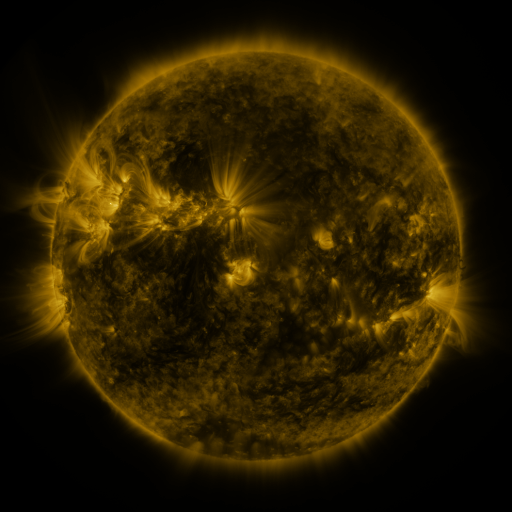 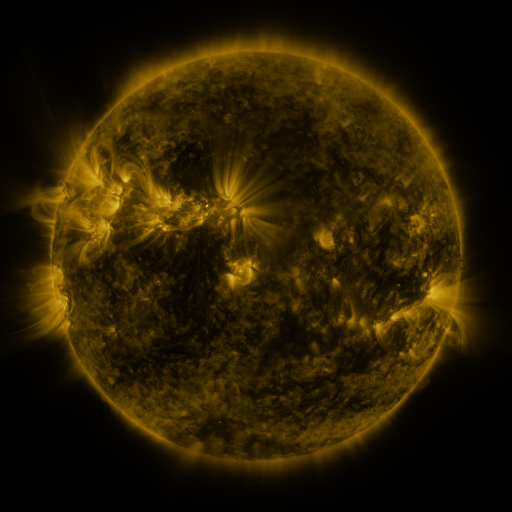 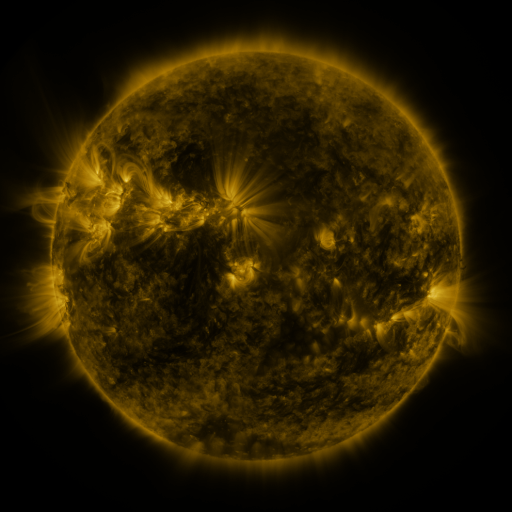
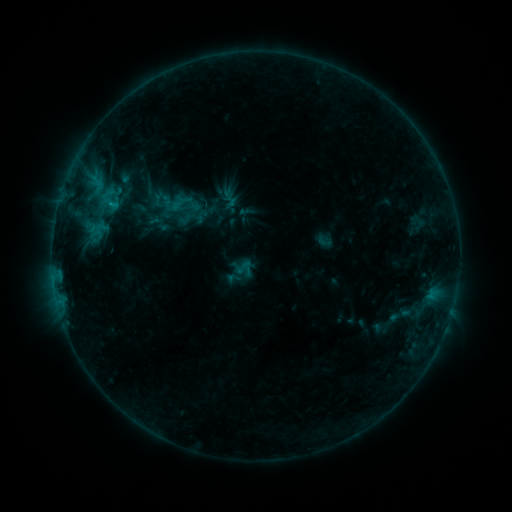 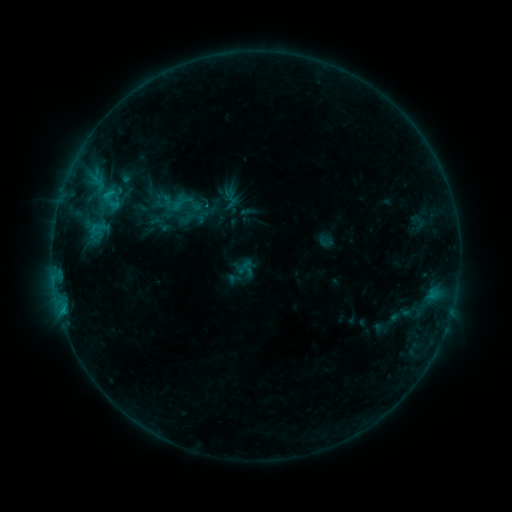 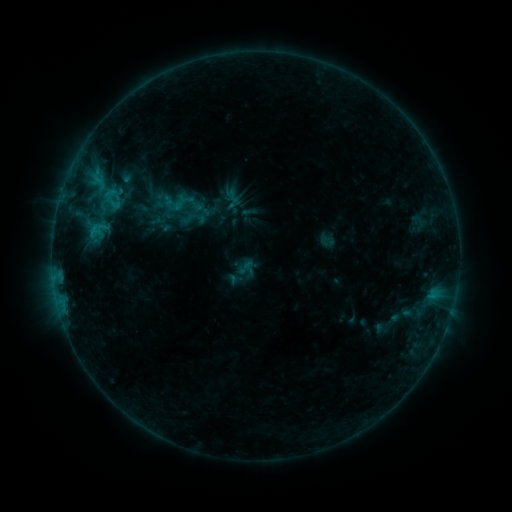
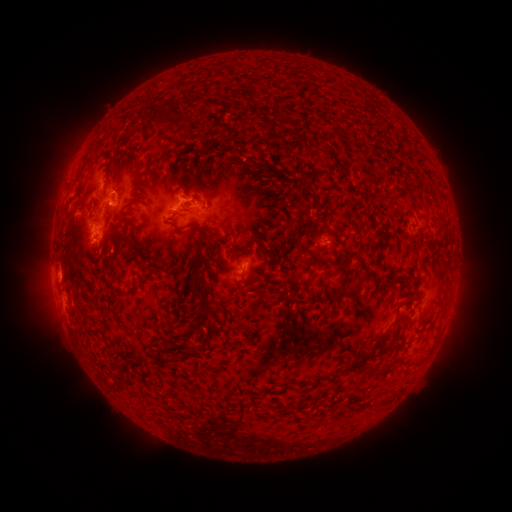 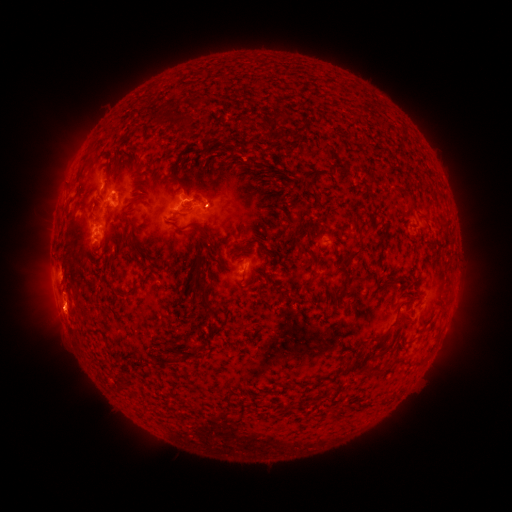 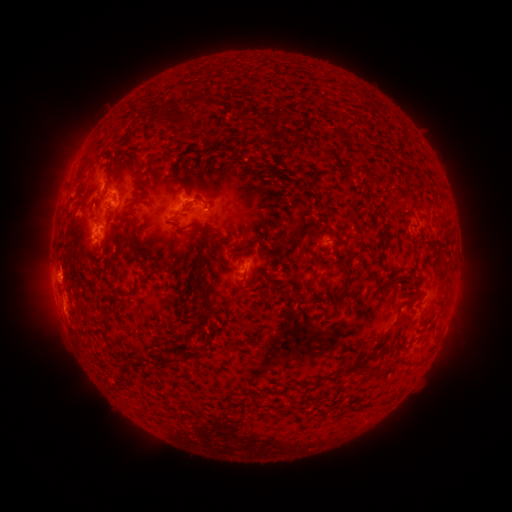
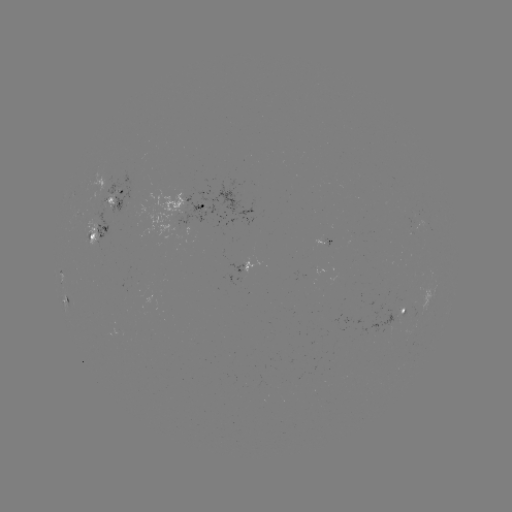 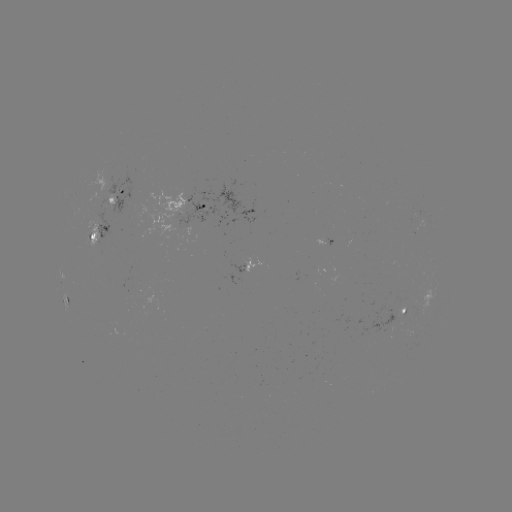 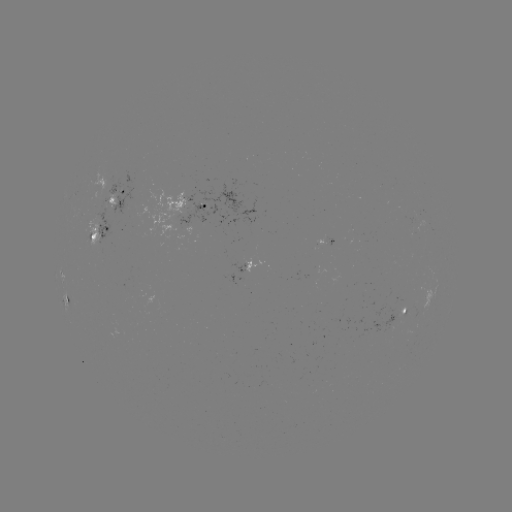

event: flare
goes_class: C1.0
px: (62, 308)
